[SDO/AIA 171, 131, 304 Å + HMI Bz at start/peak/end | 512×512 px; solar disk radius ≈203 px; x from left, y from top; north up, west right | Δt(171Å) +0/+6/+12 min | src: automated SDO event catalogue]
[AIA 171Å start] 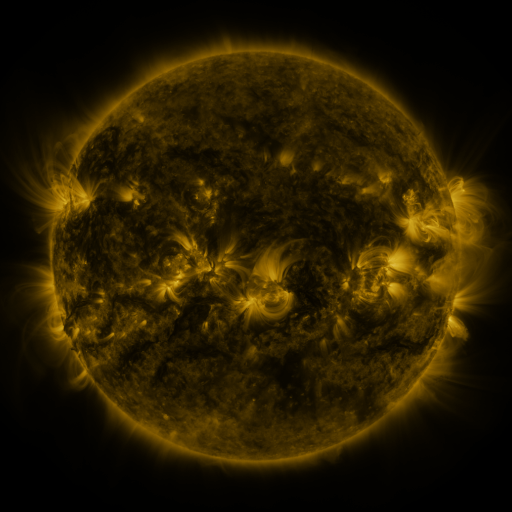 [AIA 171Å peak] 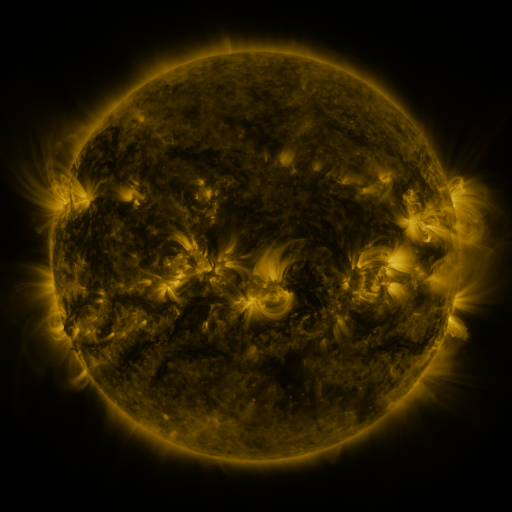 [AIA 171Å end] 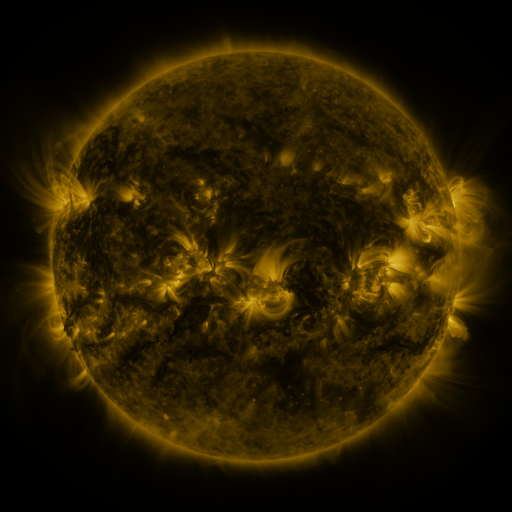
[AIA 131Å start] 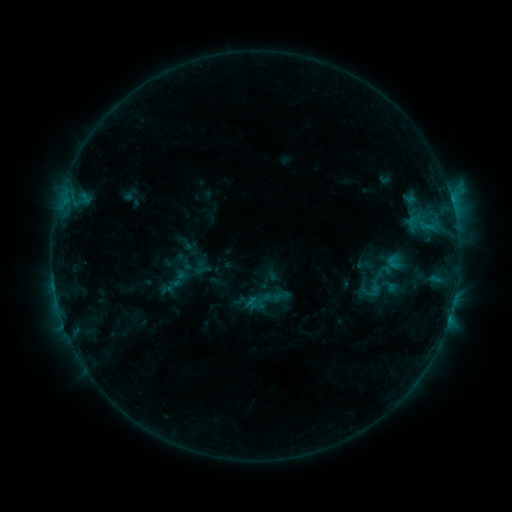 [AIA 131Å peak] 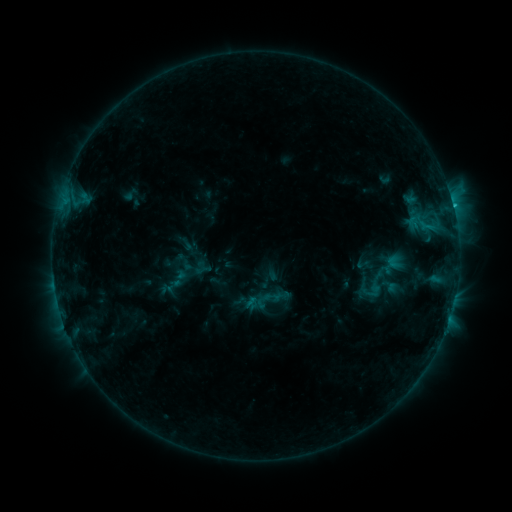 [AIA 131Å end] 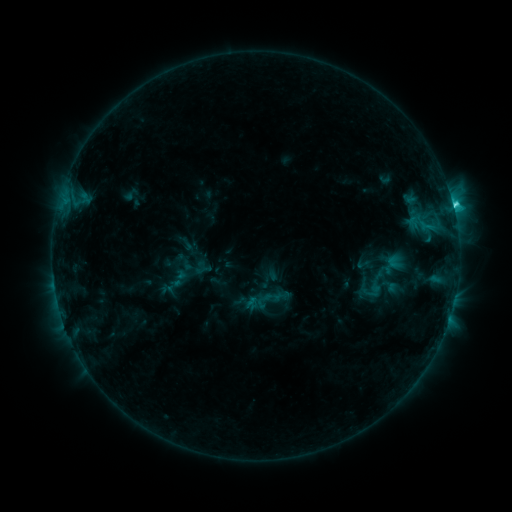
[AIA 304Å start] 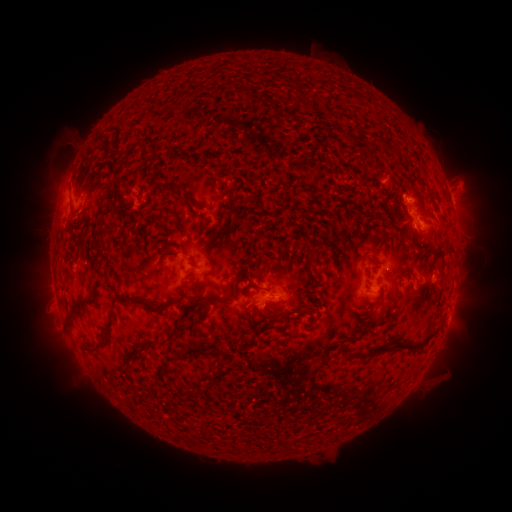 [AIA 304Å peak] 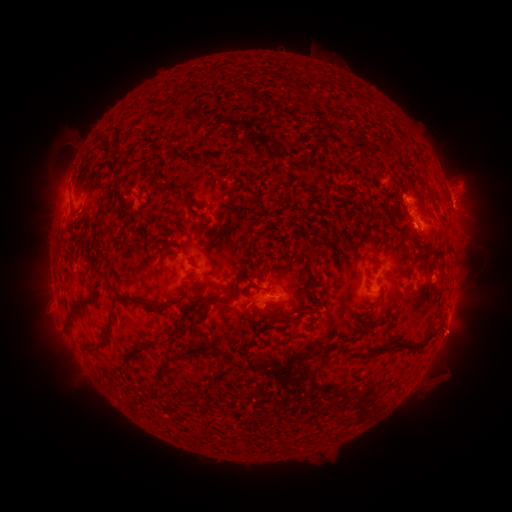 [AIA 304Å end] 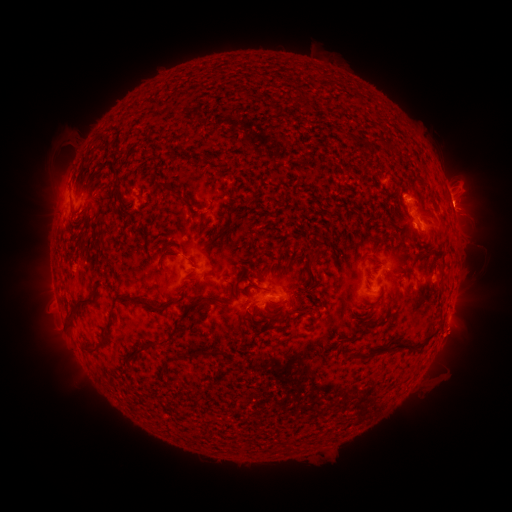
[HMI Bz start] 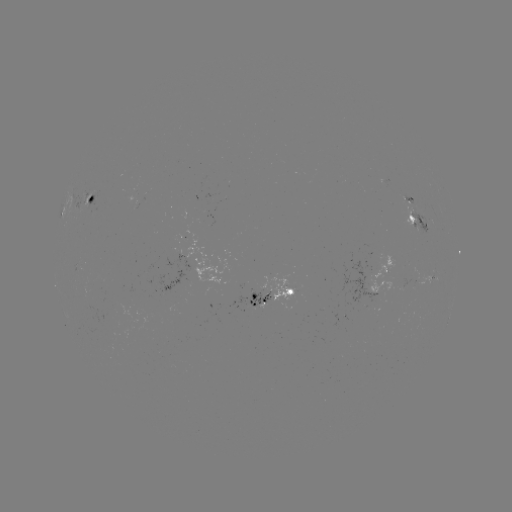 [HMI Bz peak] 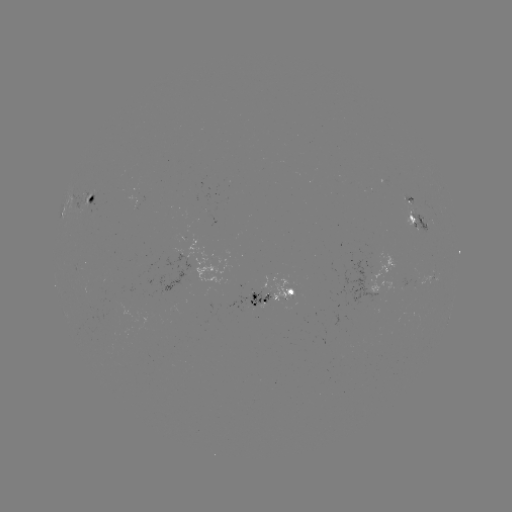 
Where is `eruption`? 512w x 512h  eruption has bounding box [431, 182, 485, 233].